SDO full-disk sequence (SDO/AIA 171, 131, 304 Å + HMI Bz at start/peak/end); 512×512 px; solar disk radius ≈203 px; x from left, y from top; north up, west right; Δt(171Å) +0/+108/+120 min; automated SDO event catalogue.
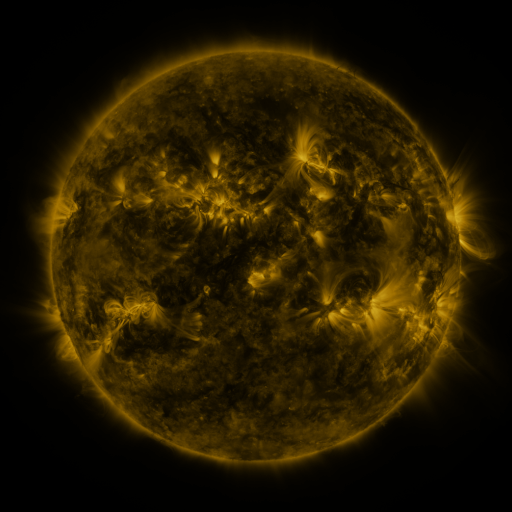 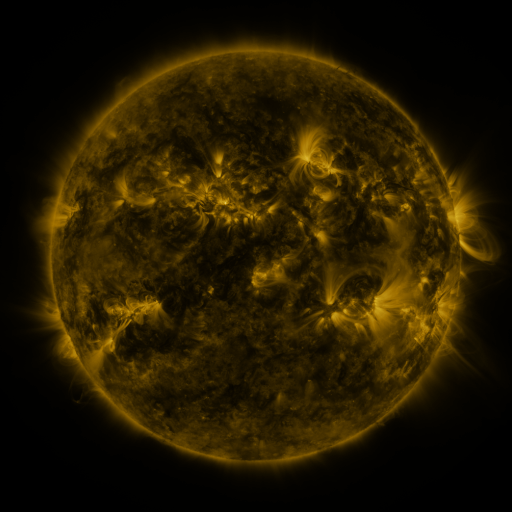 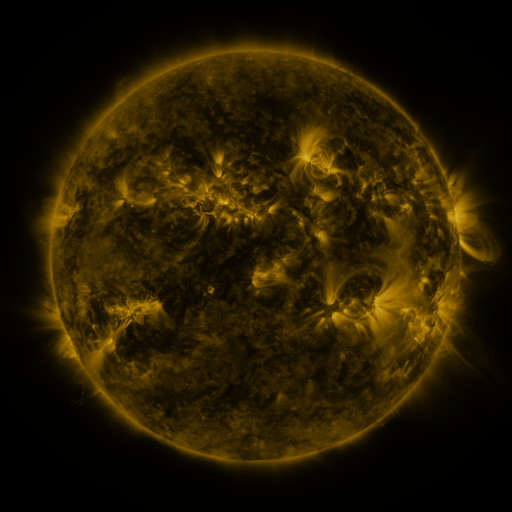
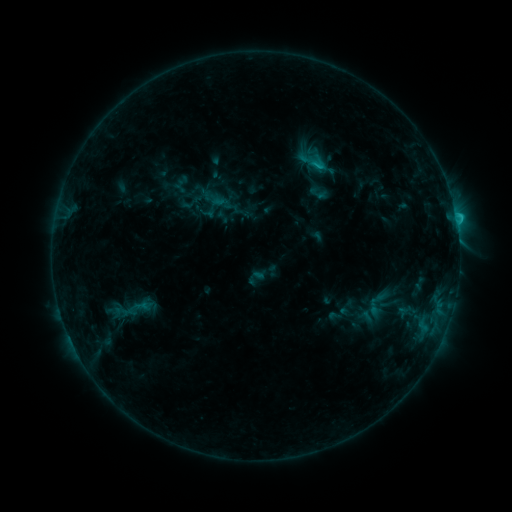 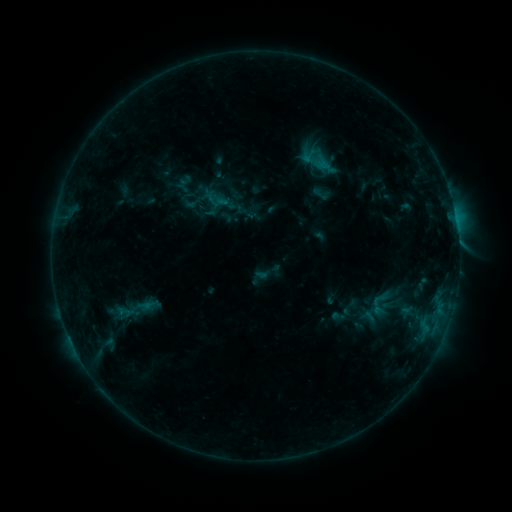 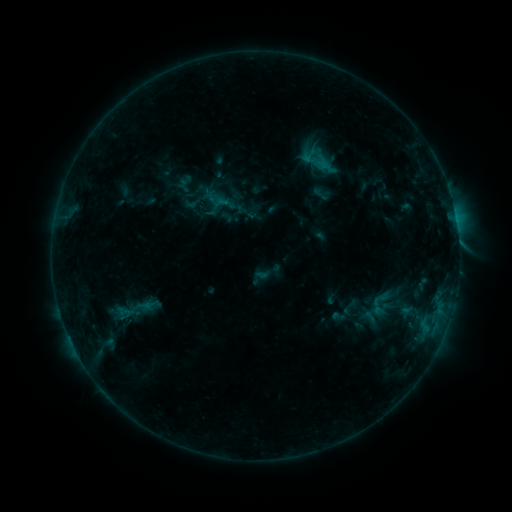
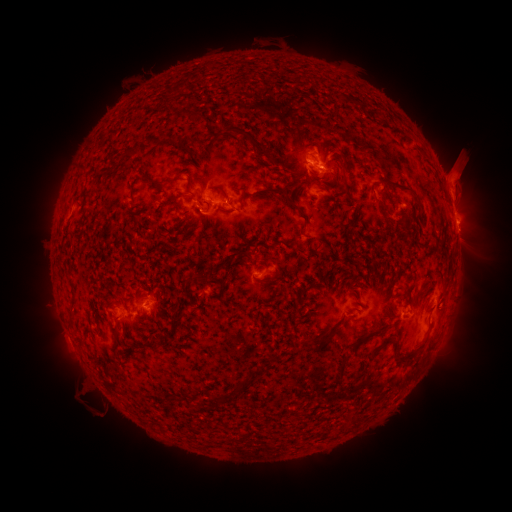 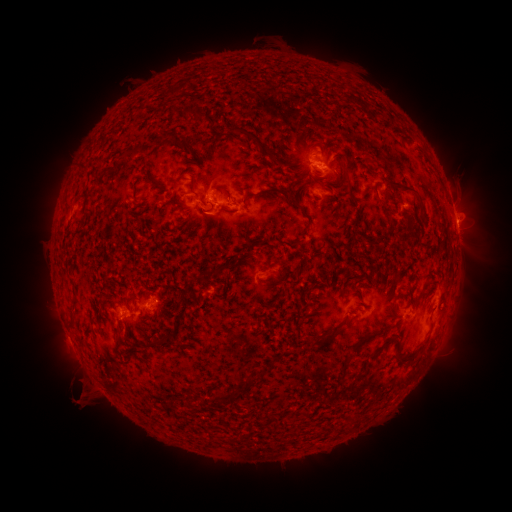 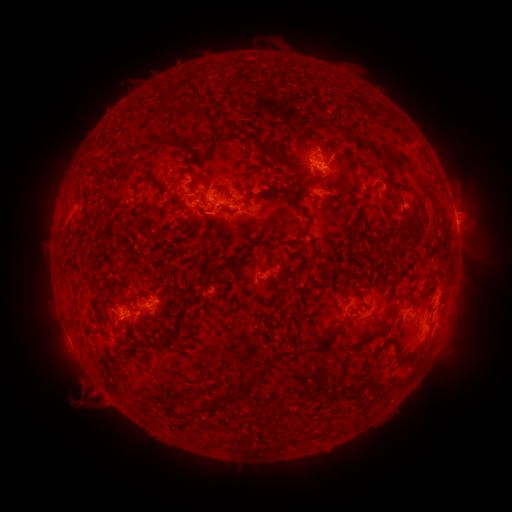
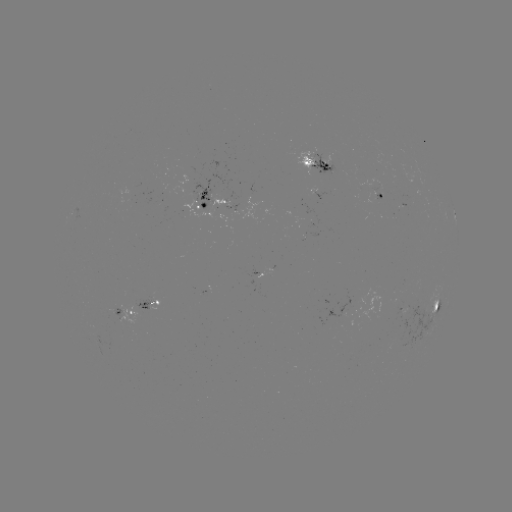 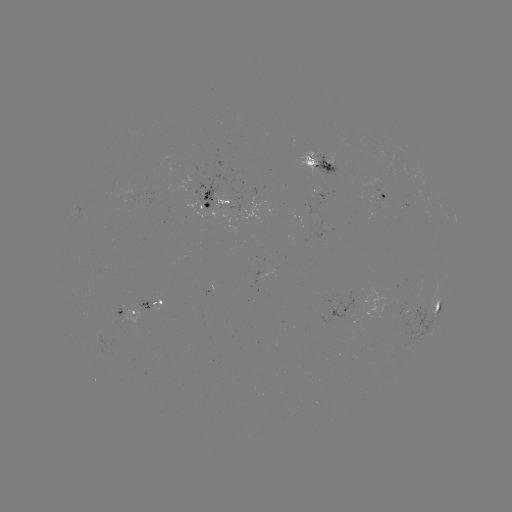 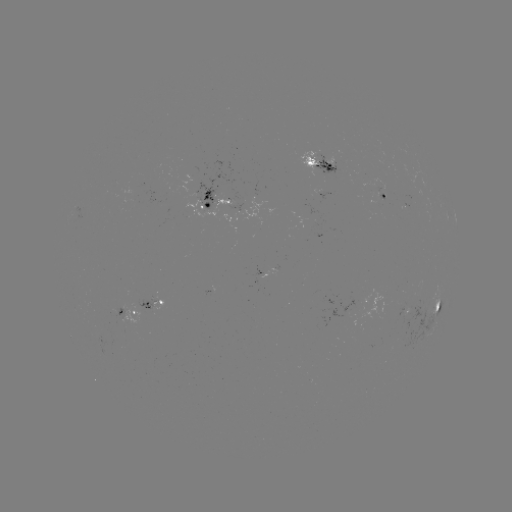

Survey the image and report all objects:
emerging-flux region: (322, 158)
